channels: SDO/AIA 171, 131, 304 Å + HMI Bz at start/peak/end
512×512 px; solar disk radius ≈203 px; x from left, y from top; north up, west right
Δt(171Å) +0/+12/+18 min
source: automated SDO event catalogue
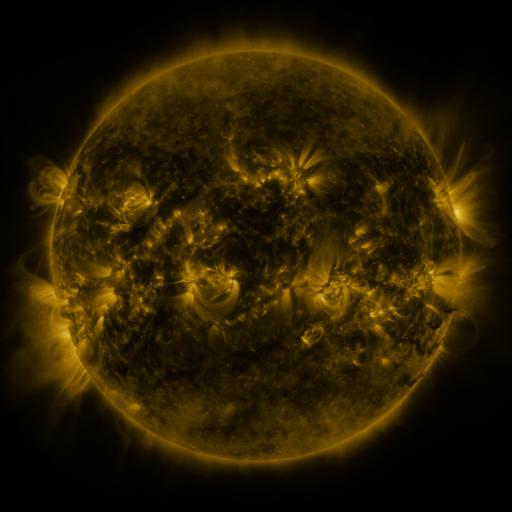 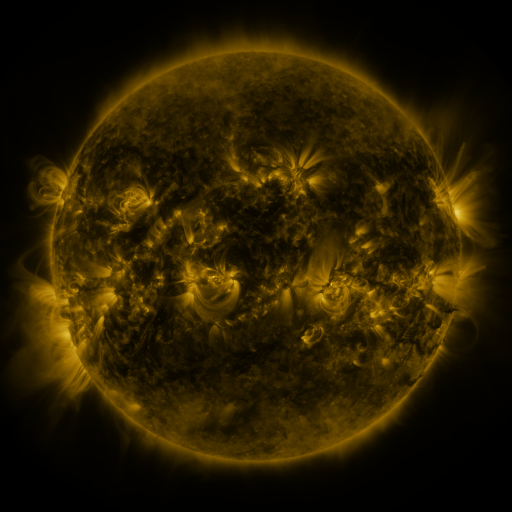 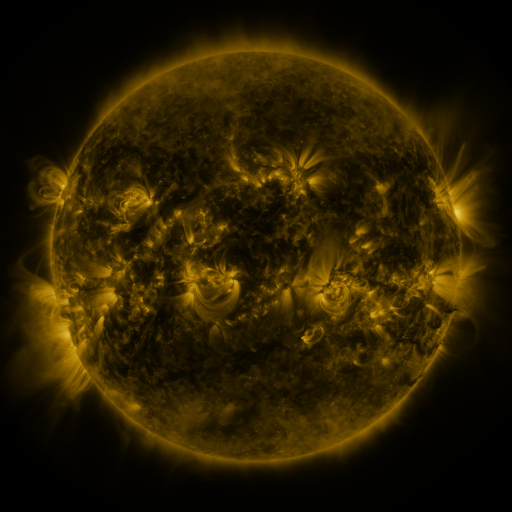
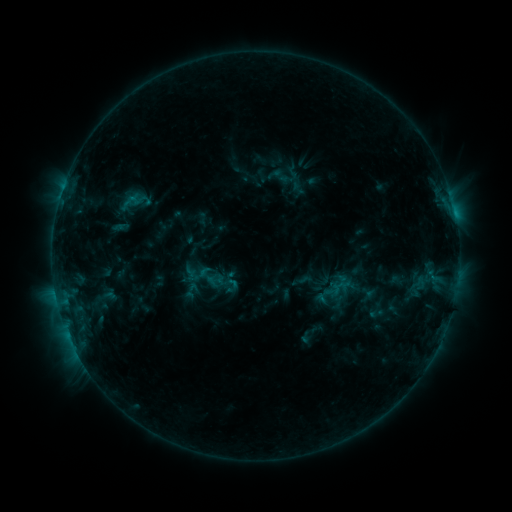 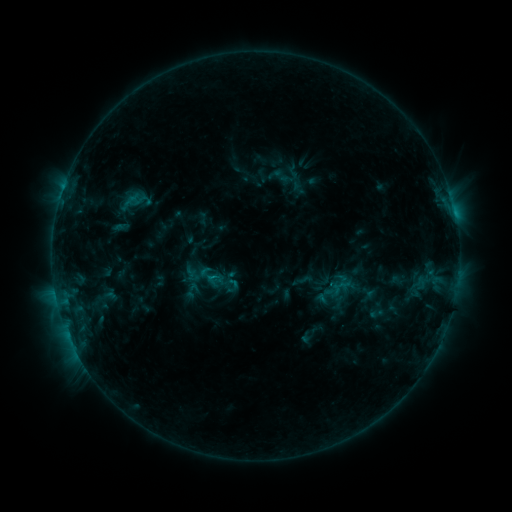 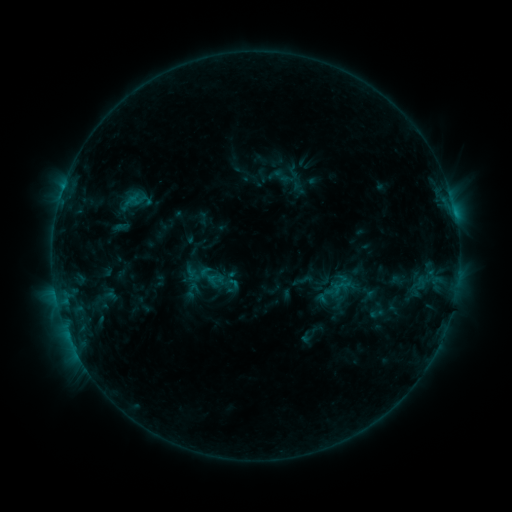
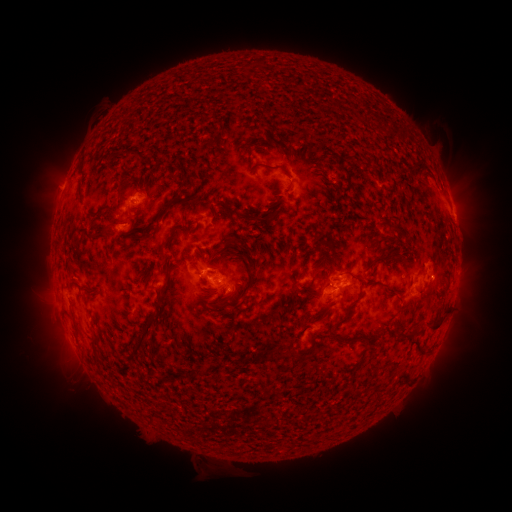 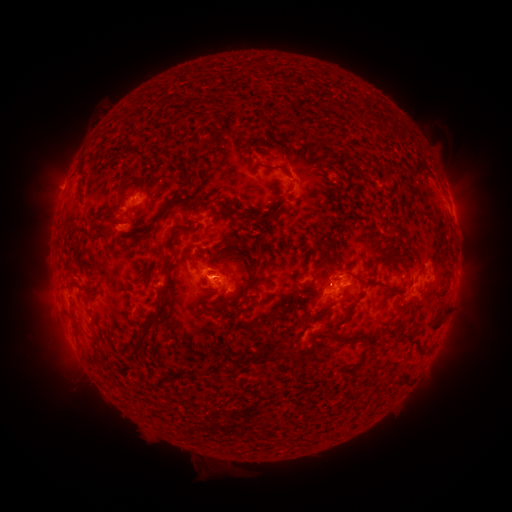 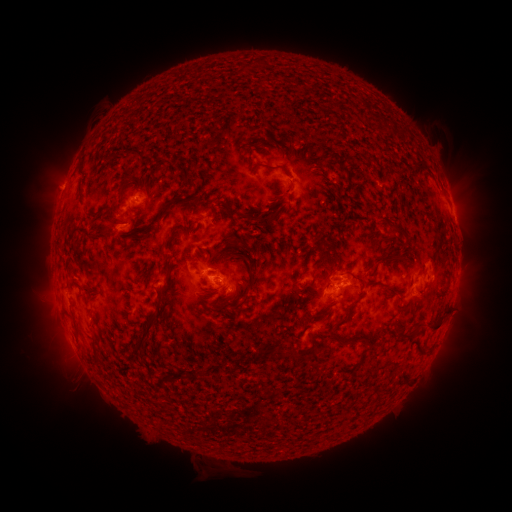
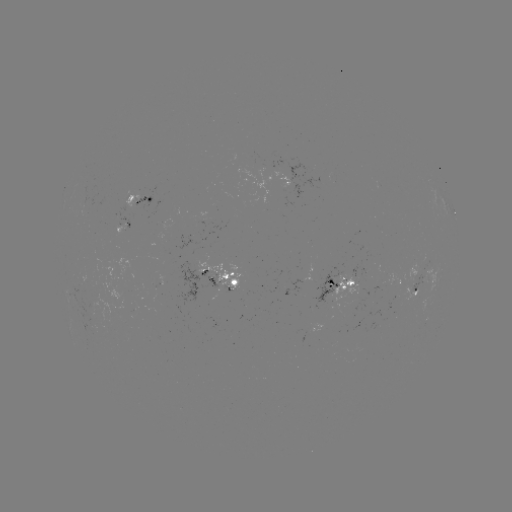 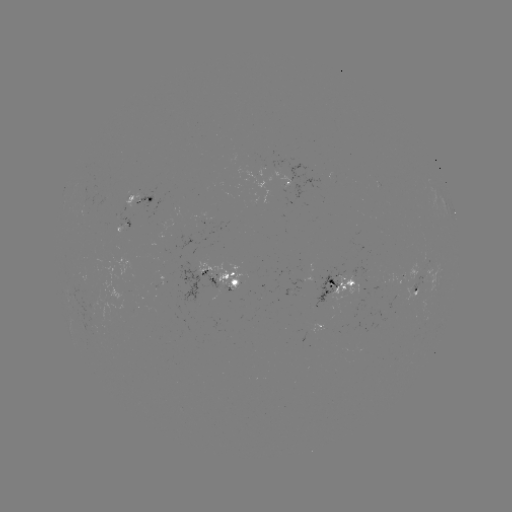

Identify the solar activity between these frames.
no flare in any classed list; no EUV-trigger detection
